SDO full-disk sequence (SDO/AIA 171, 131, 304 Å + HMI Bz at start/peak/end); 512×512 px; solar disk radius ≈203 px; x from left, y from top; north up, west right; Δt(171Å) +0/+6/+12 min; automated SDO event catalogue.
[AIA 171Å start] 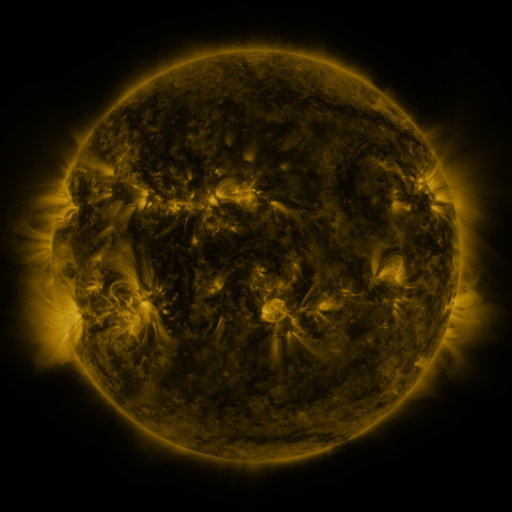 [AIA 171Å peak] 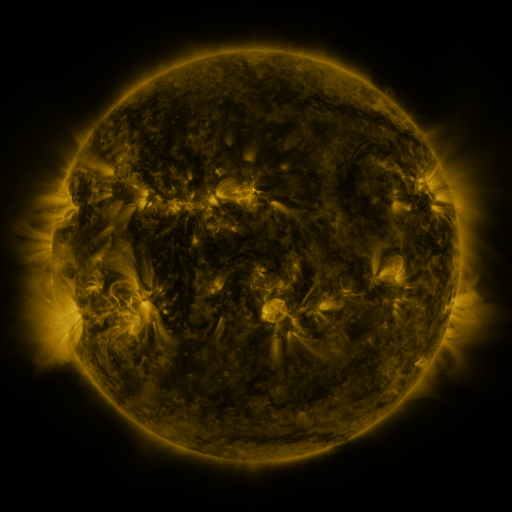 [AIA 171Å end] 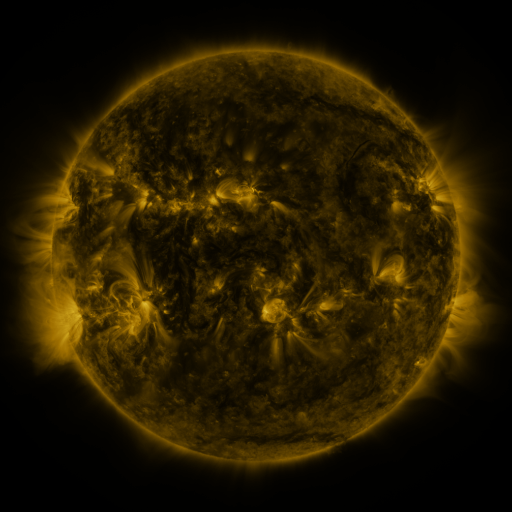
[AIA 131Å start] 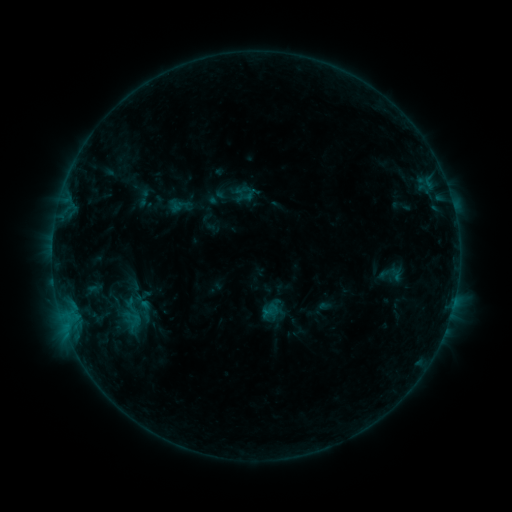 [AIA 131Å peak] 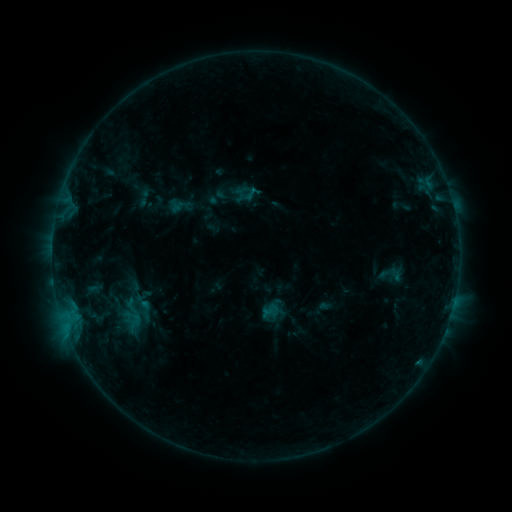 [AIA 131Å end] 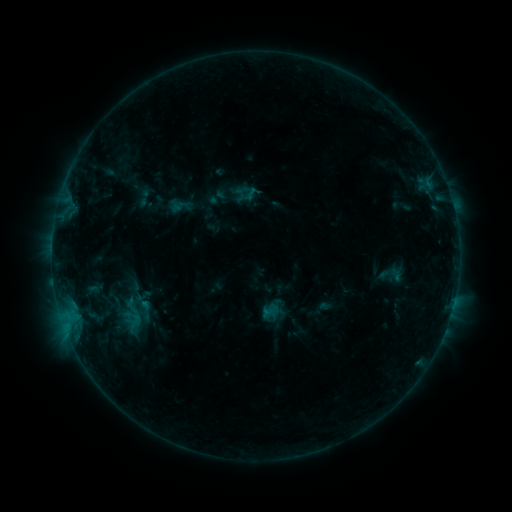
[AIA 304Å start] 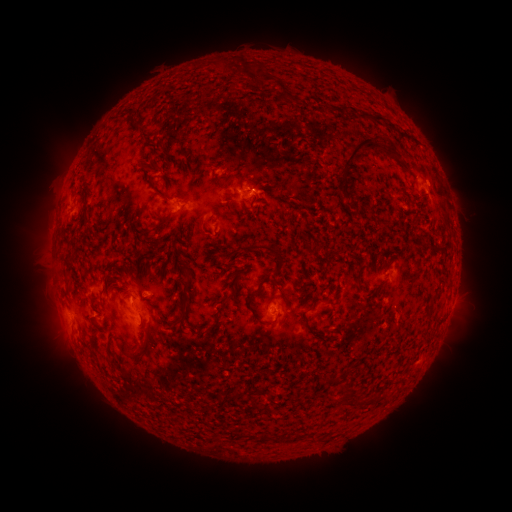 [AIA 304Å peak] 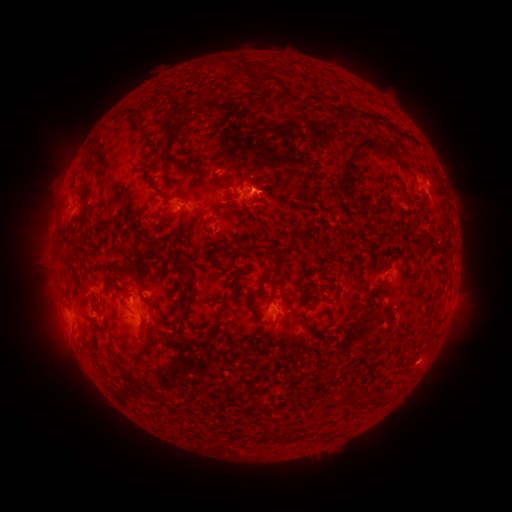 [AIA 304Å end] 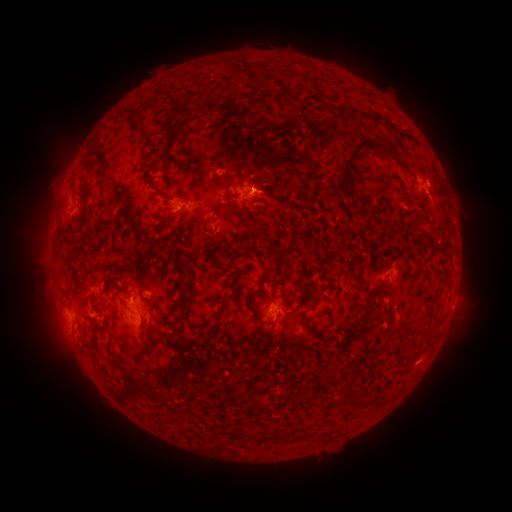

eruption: (403, 343, 450, 390)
